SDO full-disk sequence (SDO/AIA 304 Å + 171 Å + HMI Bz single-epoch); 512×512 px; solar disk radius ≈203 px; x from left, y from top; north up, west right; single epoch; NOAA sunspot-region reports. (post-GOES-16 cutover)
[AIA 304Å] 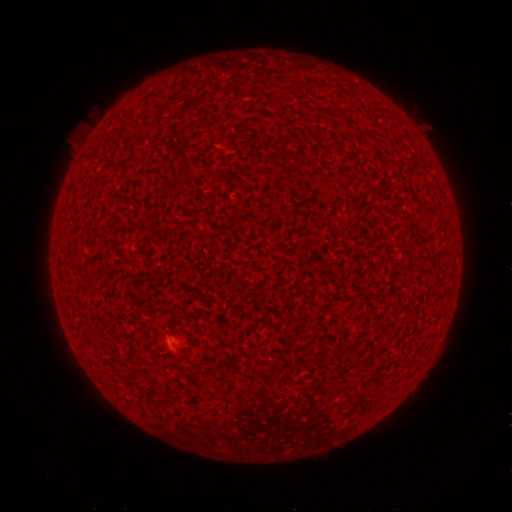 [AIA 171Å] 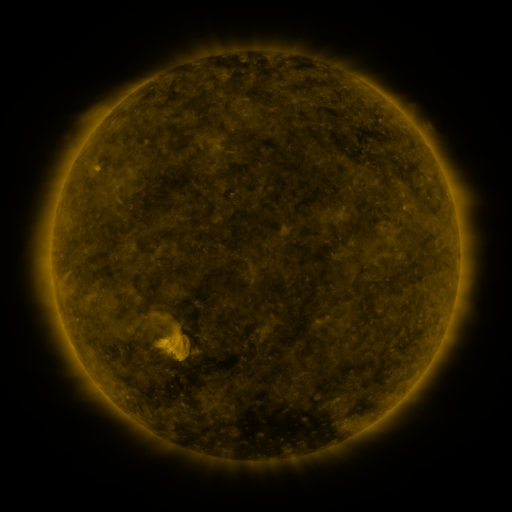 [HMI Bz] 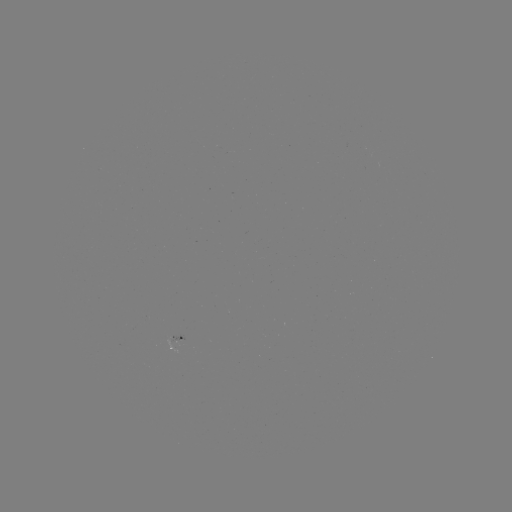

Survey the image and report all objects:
spotted active region: (177, 333)
